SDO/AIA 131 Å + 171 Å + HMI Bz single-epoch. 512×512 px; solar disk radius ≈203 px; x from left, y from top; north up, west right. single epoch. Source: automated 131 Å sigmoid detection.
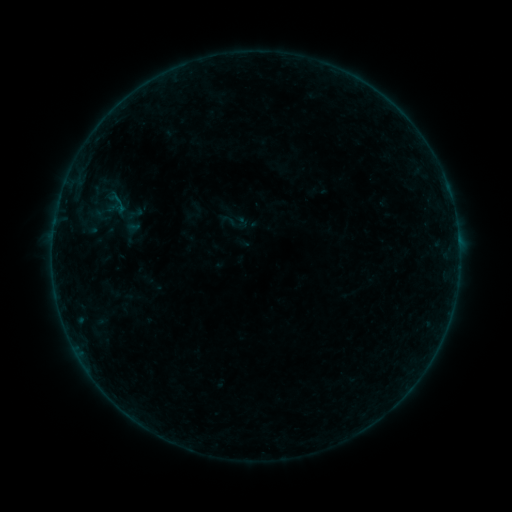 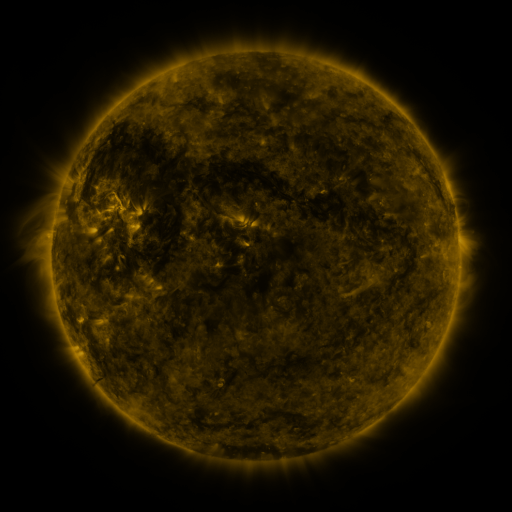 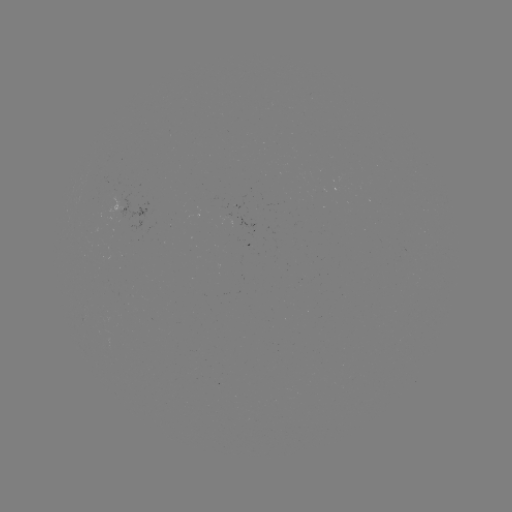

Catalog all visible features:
sigmoid: (109, 190)
sigmoid: (234, 221)
